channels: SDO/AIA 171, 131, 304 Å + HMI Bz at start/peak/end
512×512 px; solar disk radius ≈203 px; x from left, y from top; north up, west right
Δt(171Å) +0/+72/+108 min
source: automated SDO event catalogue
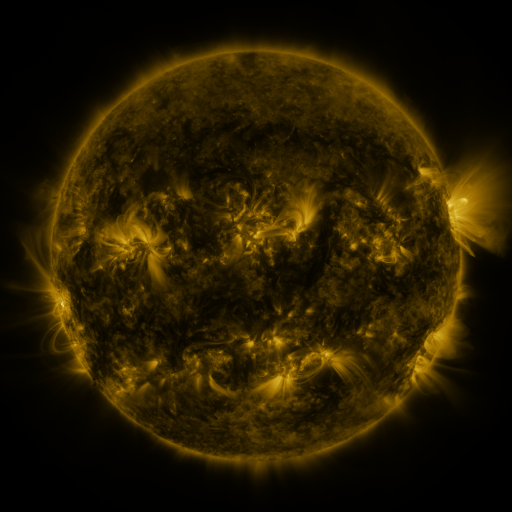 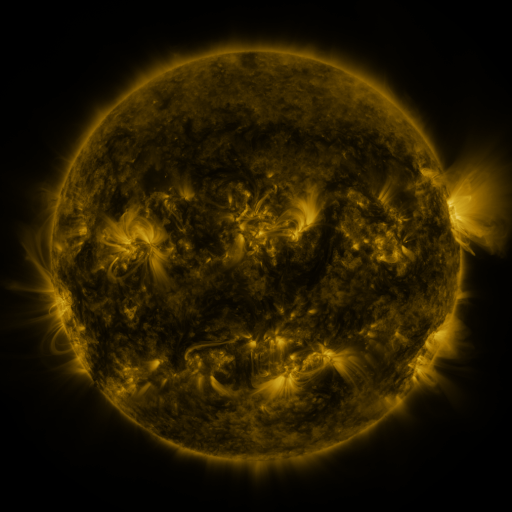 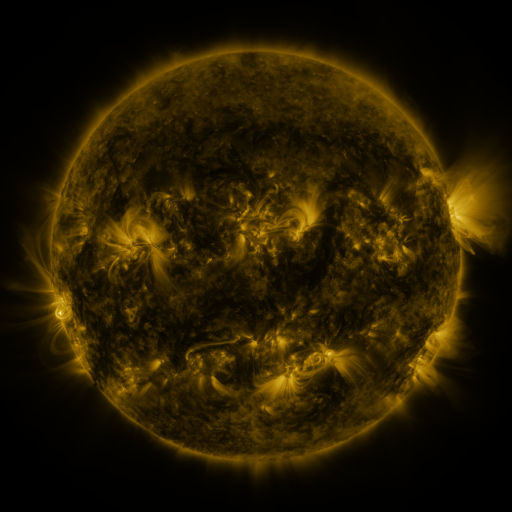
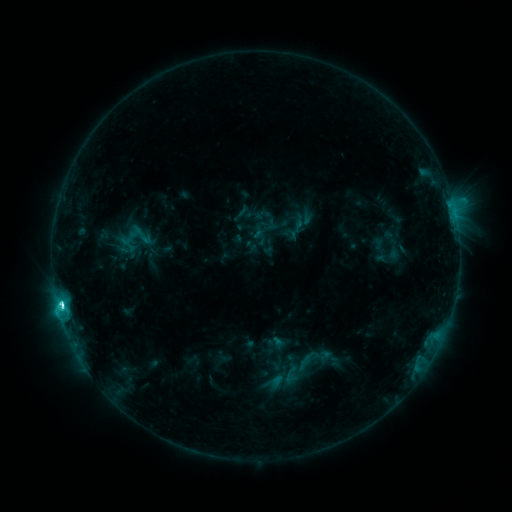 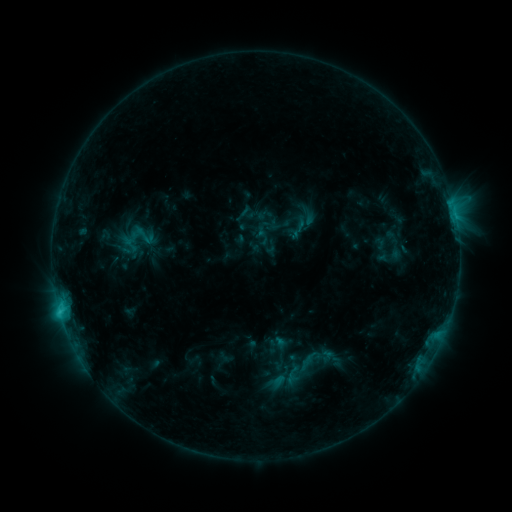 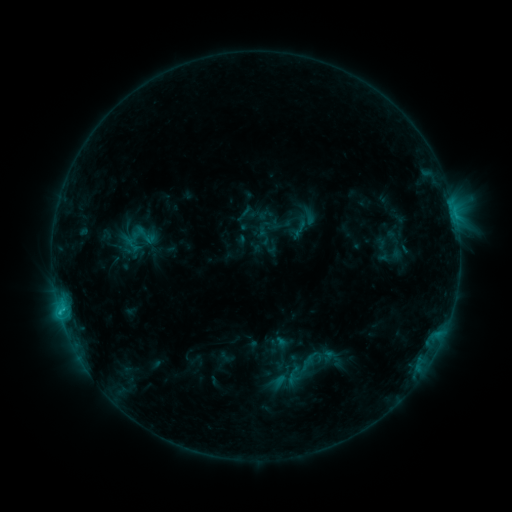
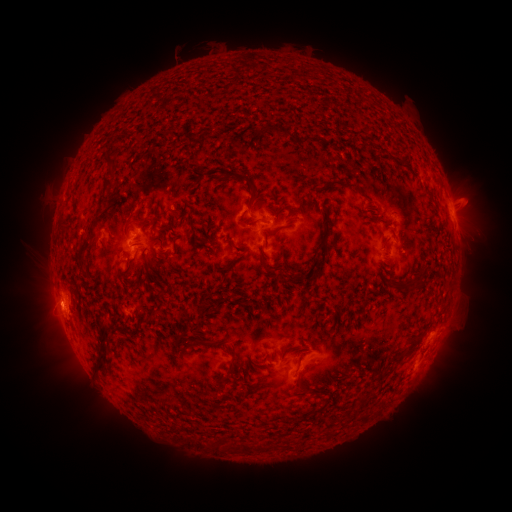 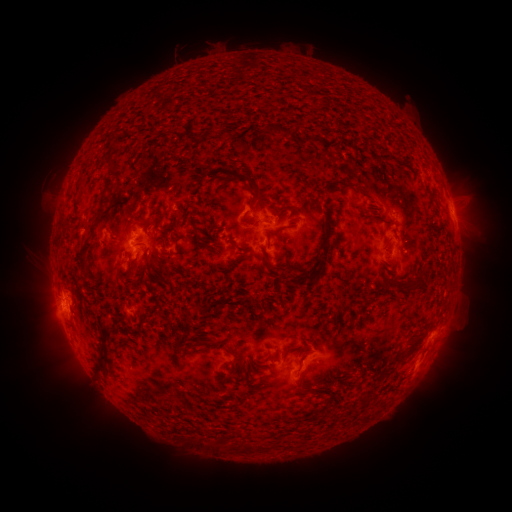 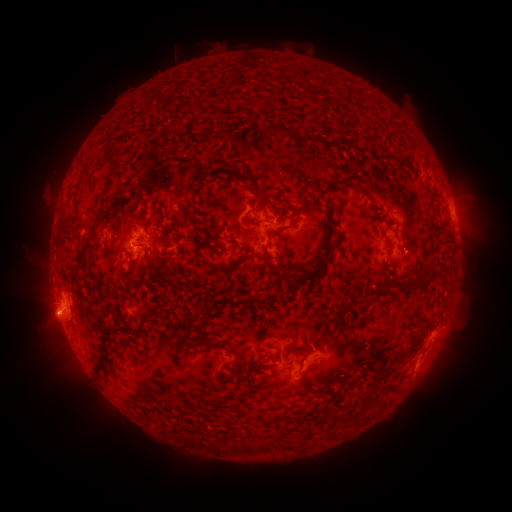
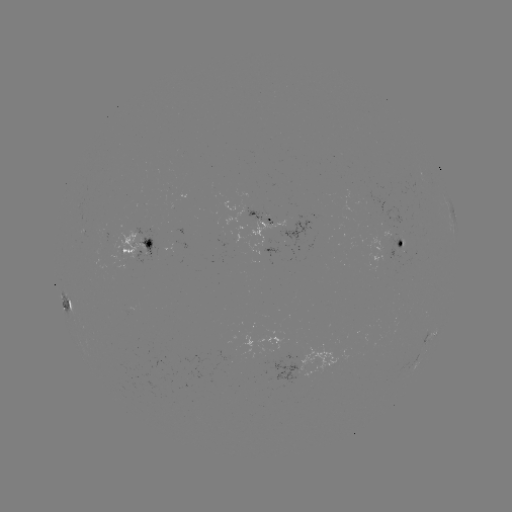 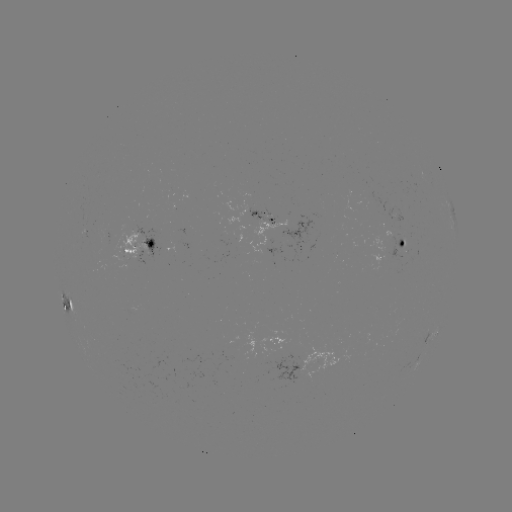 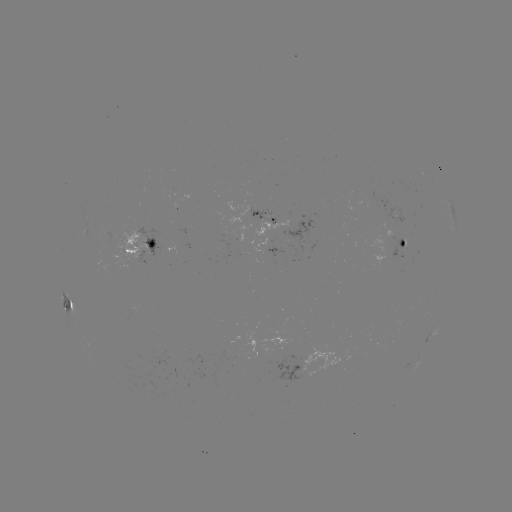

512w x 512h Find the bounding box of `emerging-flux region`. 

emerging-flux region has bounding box [383, 227, 392, 237].